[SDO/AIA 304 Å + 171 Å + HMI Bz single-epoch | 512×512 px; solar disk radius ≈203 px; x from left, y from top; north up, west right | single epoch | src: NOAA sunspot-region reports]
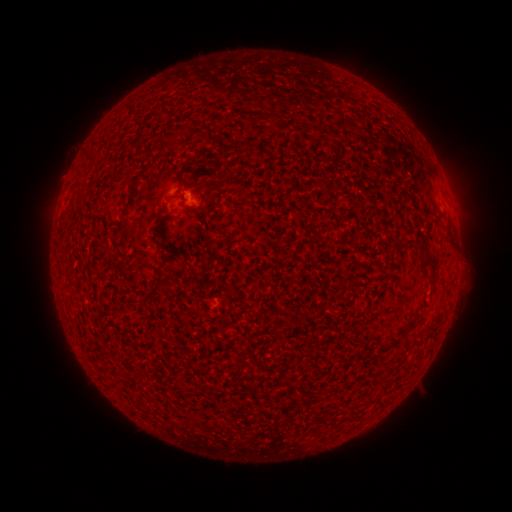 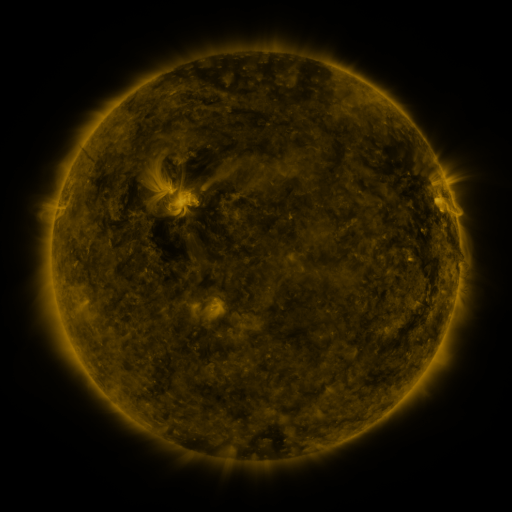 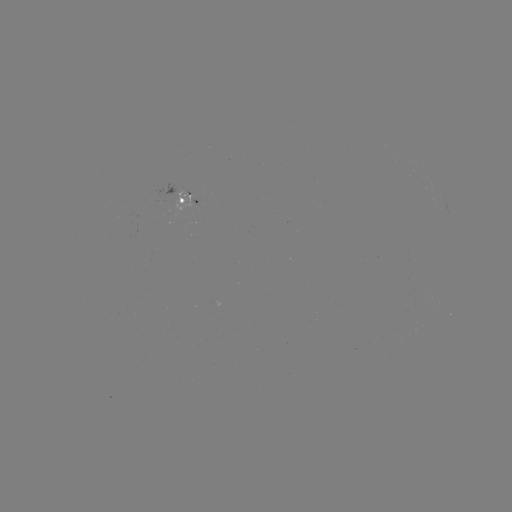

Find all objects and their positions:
spotted active region: (186, 199)
spotted active region: (449, 211)
